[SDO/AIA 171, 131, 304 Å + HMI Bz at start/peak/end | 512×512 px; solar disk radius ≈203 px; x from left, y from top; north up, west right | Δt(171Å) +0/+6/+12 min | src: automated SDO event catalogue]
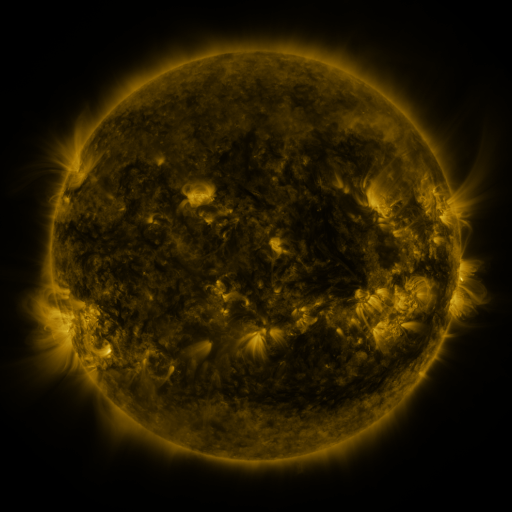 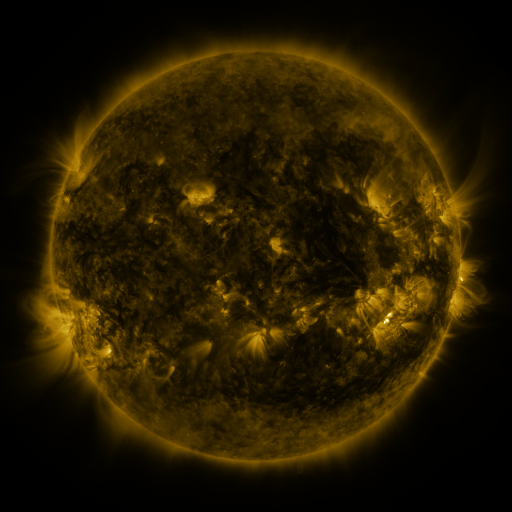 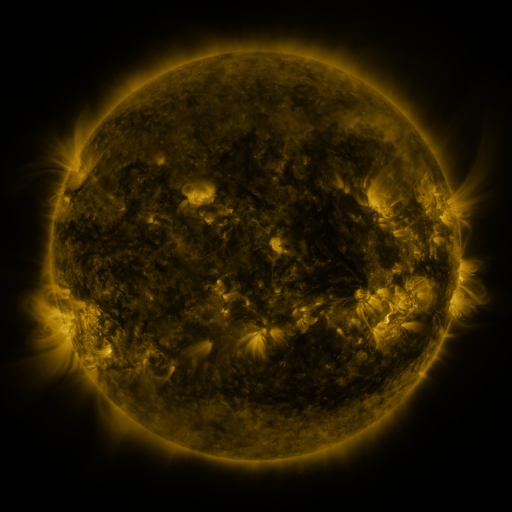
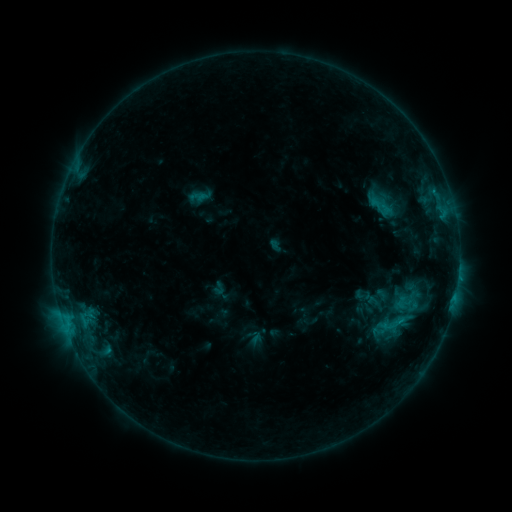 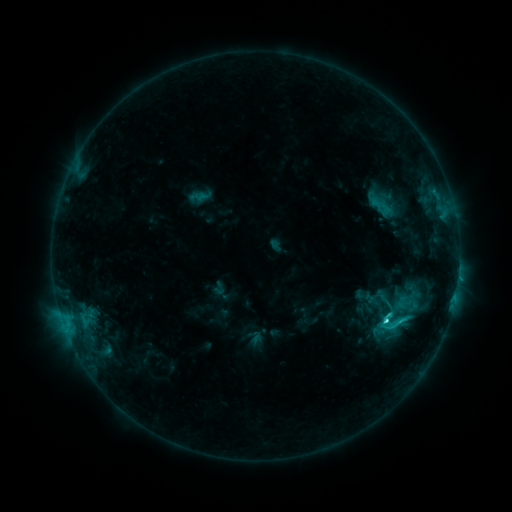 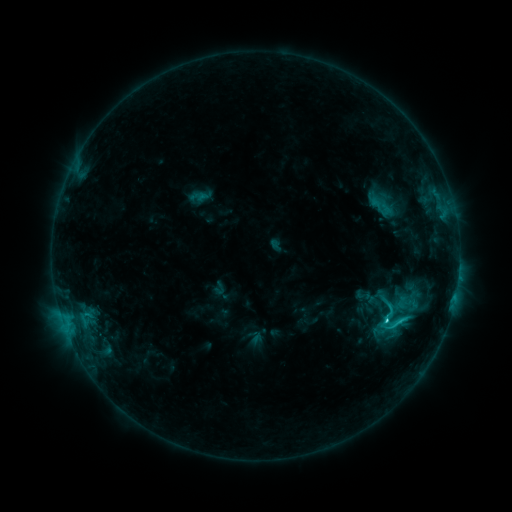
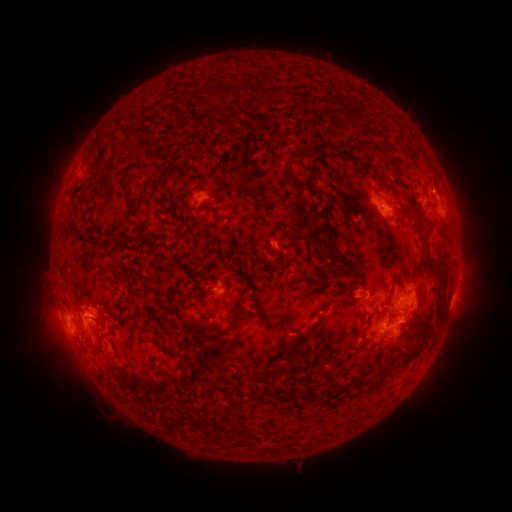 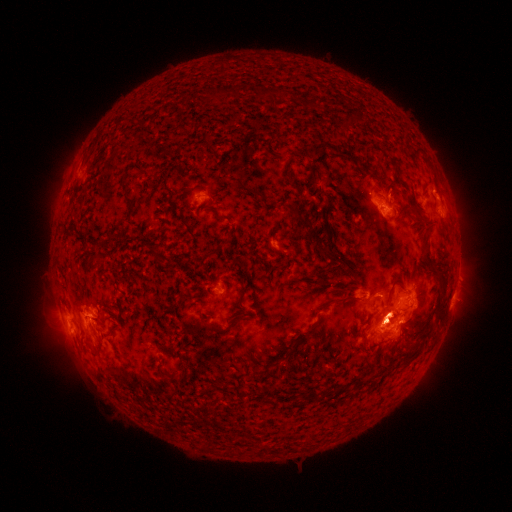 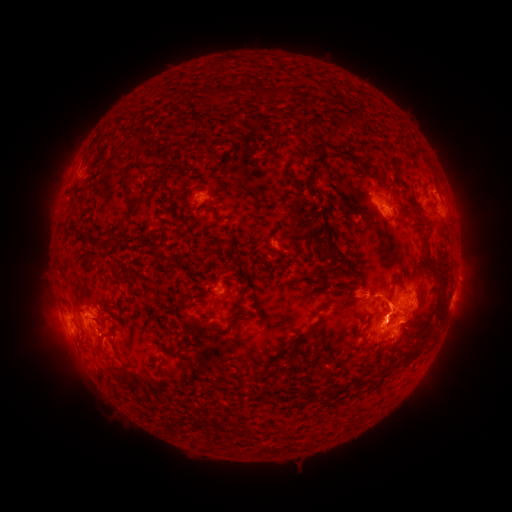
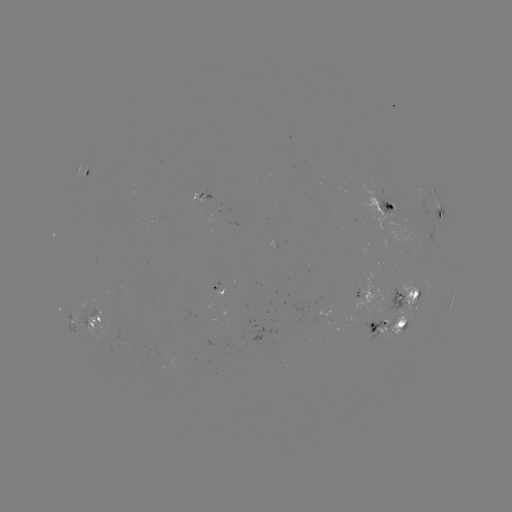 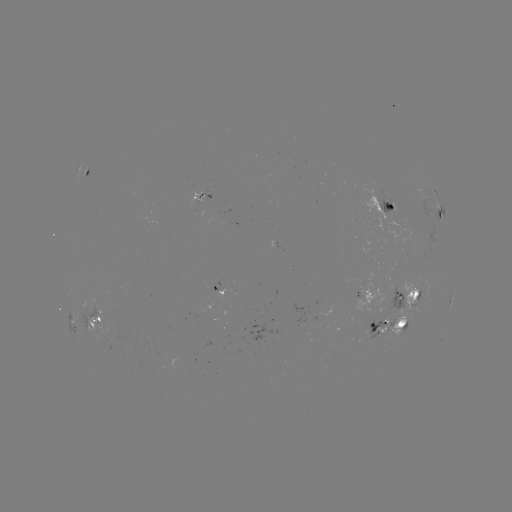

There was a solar flare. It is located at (385, 320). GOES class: C3.6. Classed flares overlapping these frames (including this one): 1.